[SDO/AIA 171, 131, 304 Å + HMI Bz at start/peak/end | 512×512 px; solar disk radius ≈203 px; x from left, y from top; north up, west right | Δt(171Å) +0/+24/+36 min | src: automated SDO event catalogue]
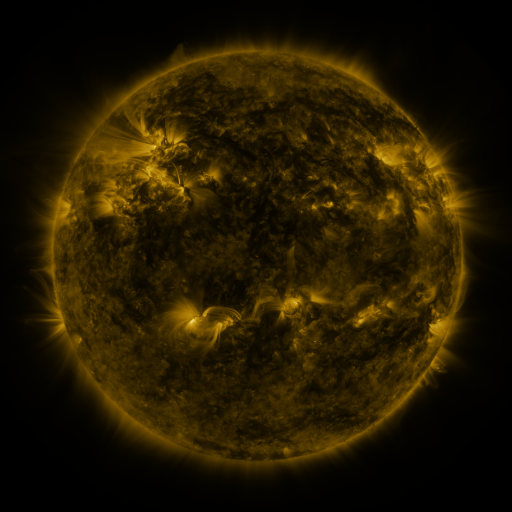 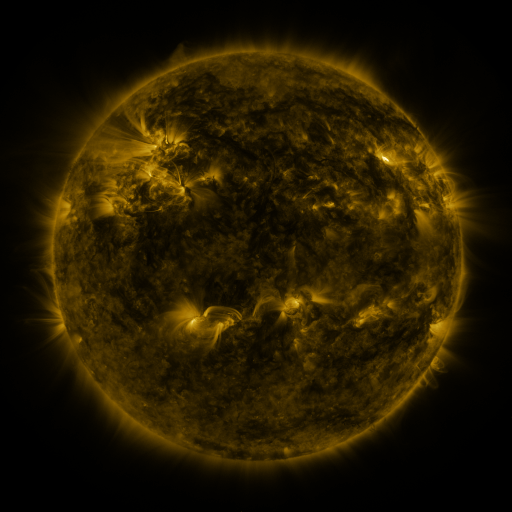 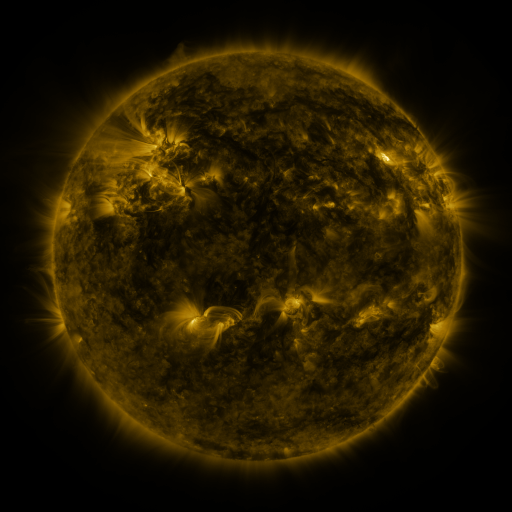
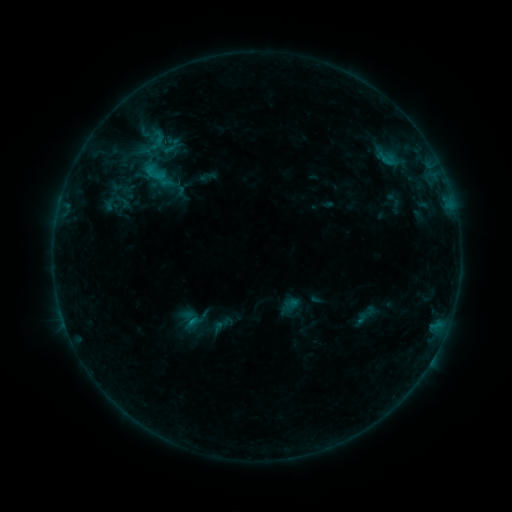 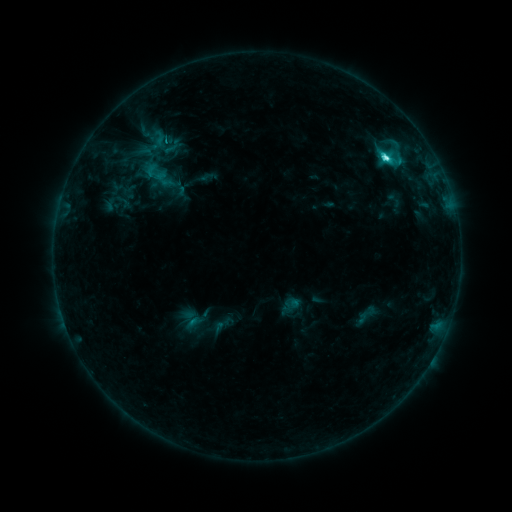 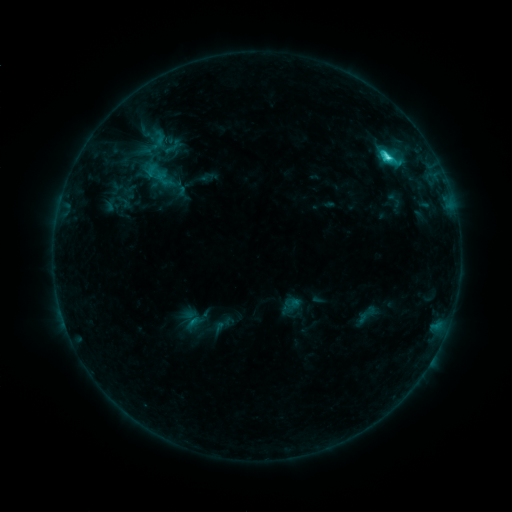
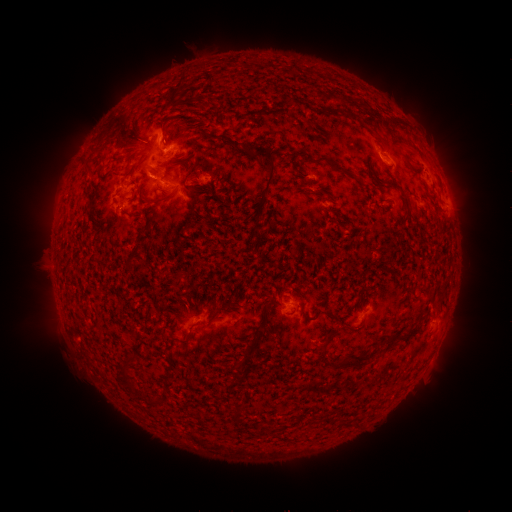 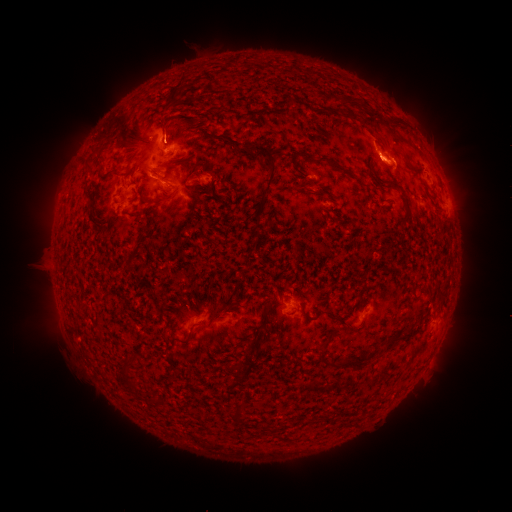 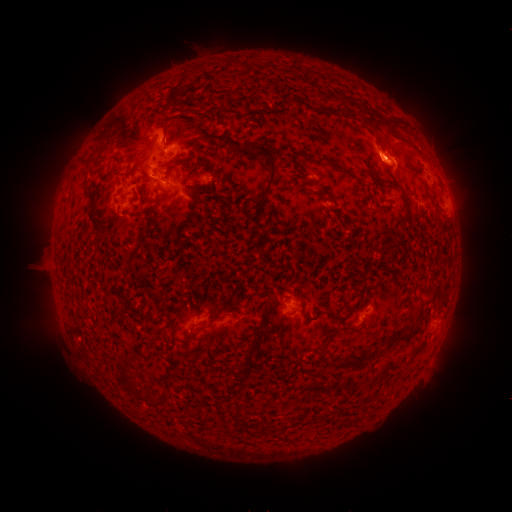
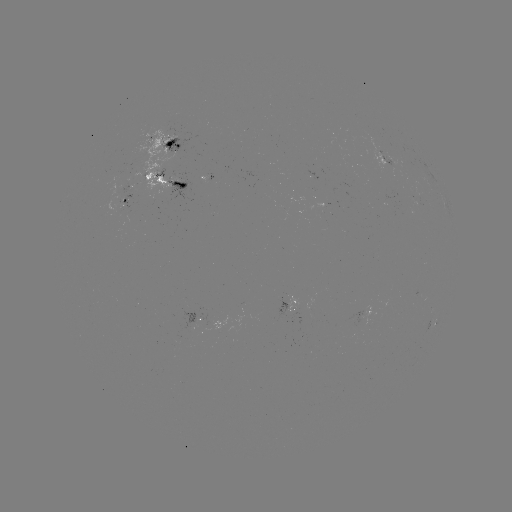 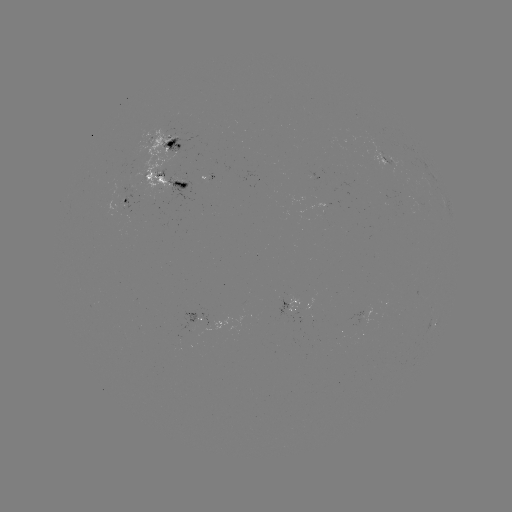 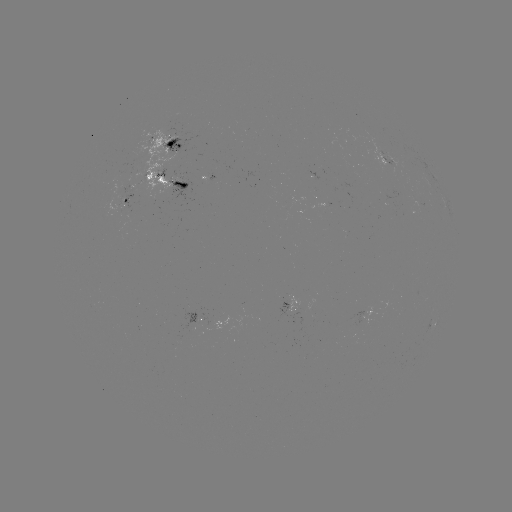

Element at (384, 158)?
C5.1 flare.